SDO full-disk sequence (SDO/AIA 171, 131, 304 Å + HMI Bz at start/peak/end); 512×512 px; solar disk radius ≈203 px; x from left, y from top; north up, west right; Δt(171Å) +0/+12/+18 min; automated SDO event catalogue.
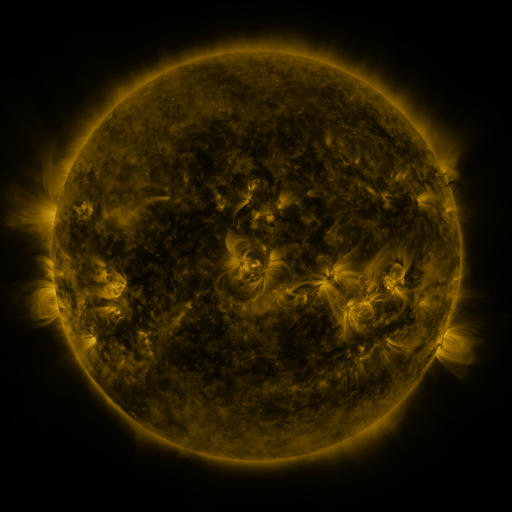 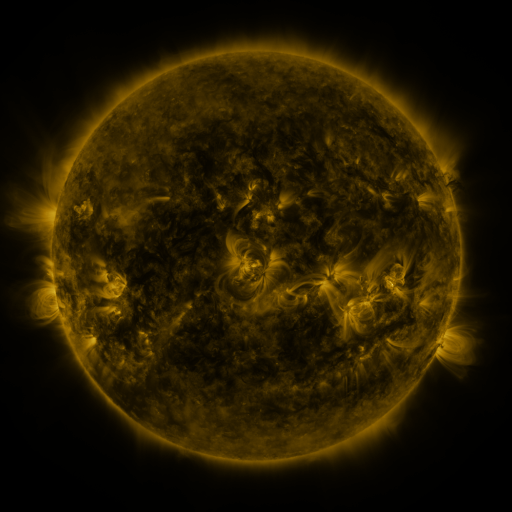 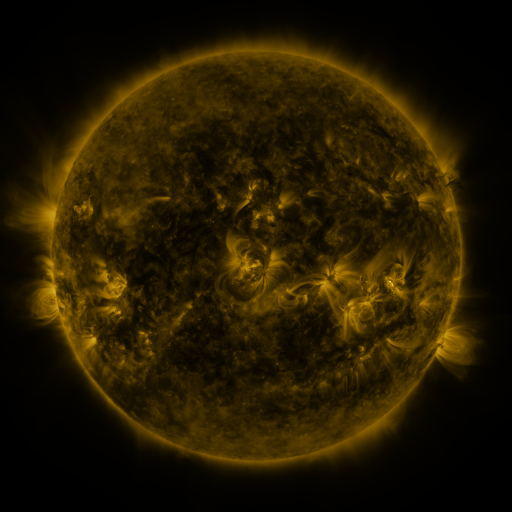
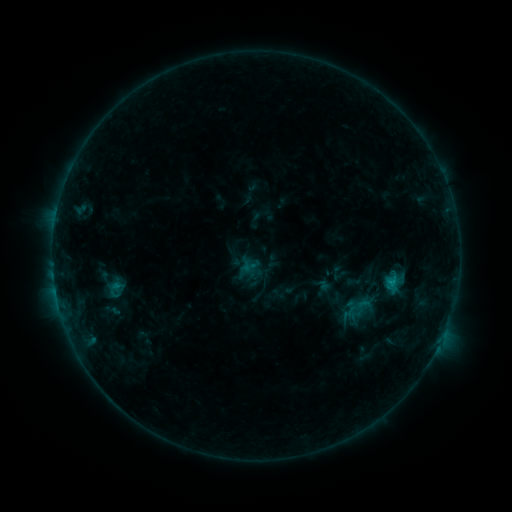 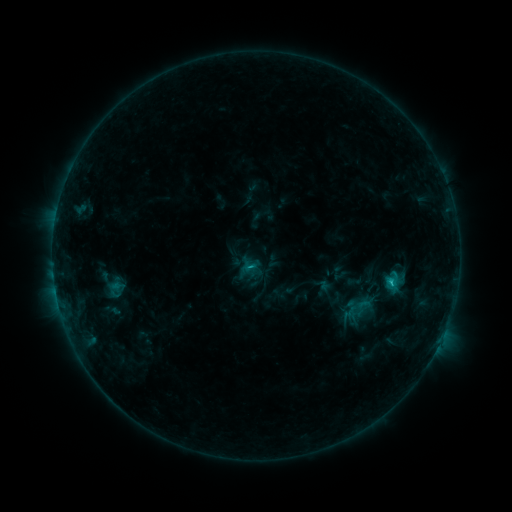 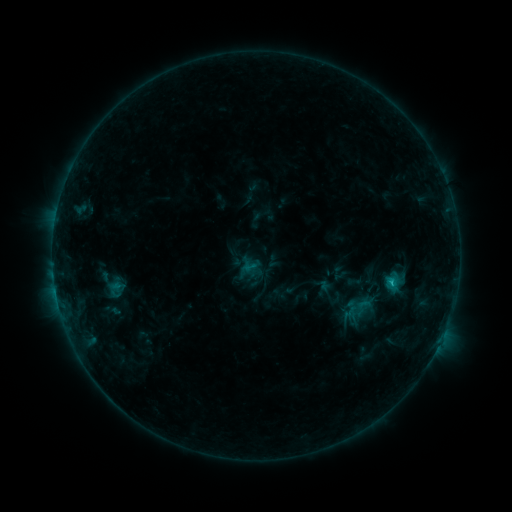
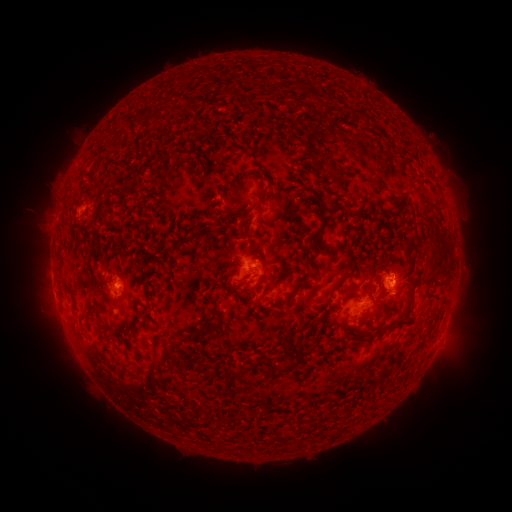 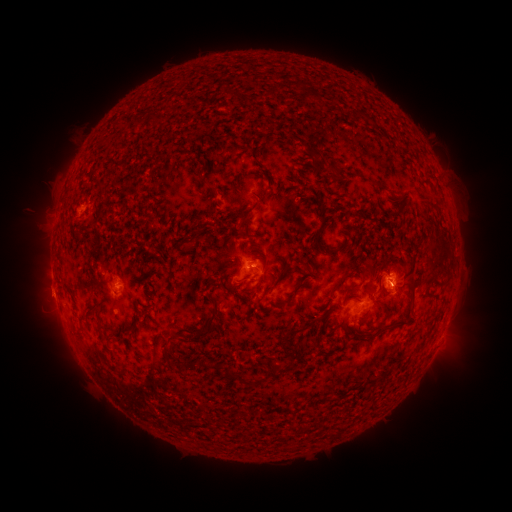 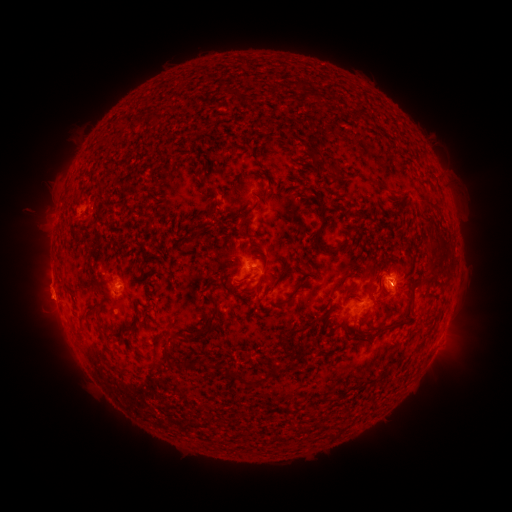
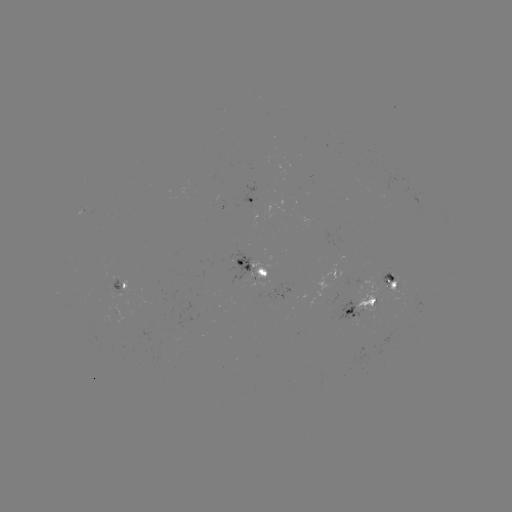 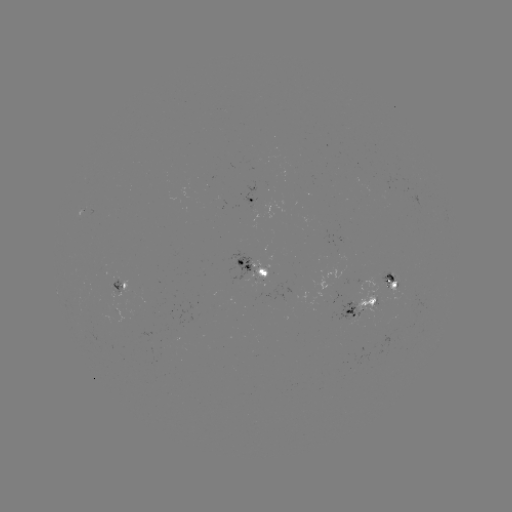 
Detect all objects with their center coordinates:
C1.1 flare: (390, 281)
